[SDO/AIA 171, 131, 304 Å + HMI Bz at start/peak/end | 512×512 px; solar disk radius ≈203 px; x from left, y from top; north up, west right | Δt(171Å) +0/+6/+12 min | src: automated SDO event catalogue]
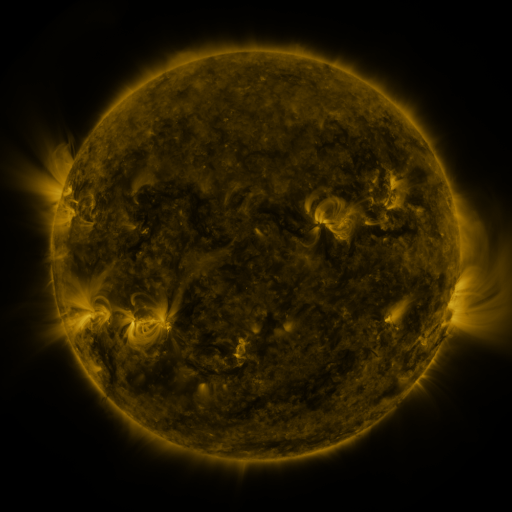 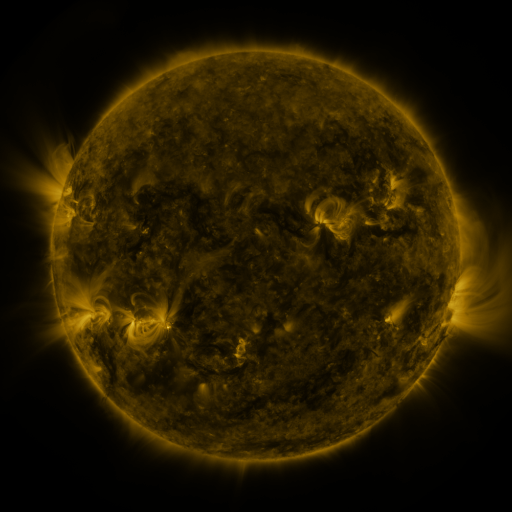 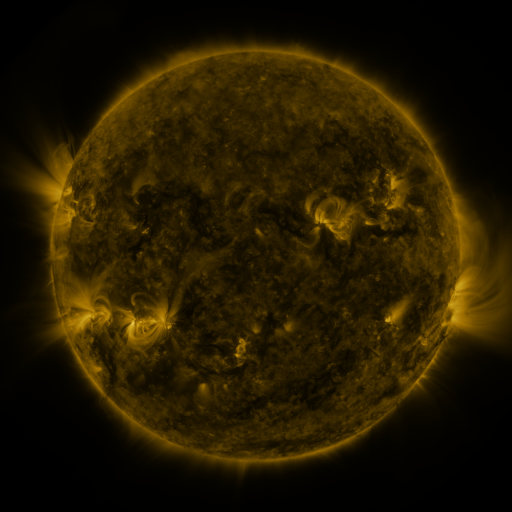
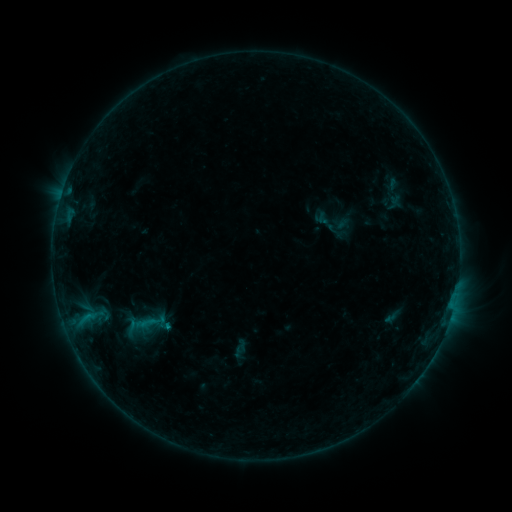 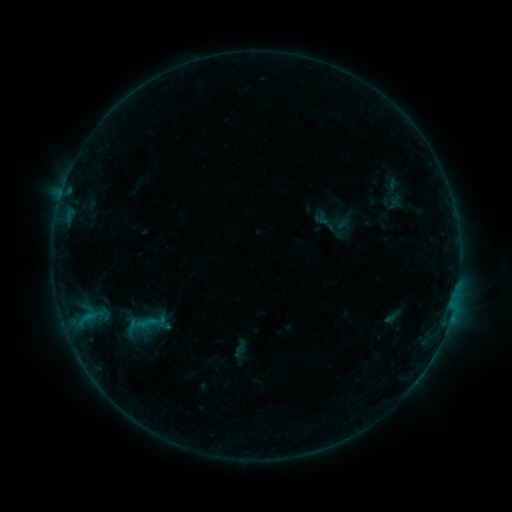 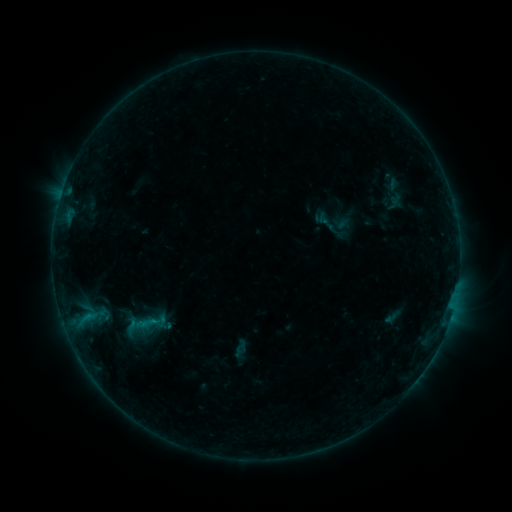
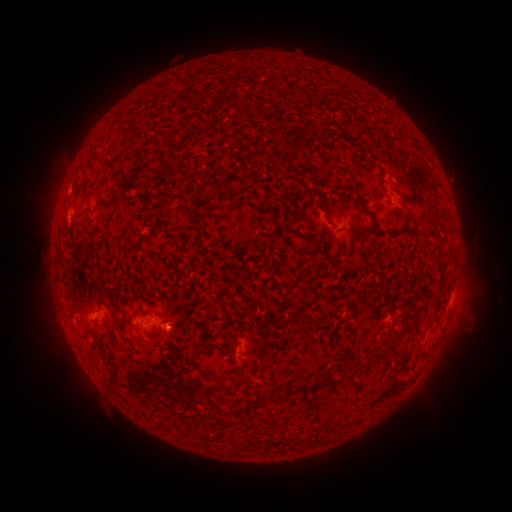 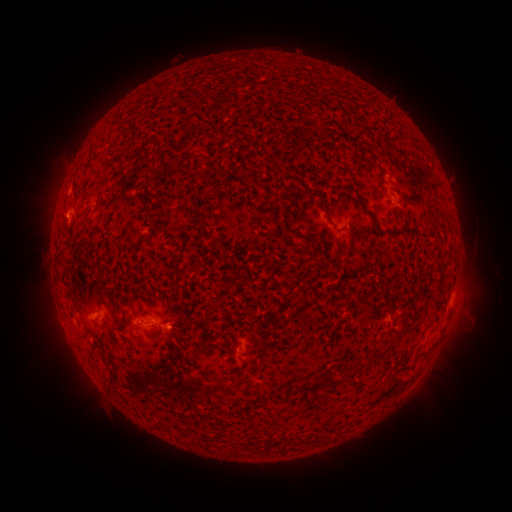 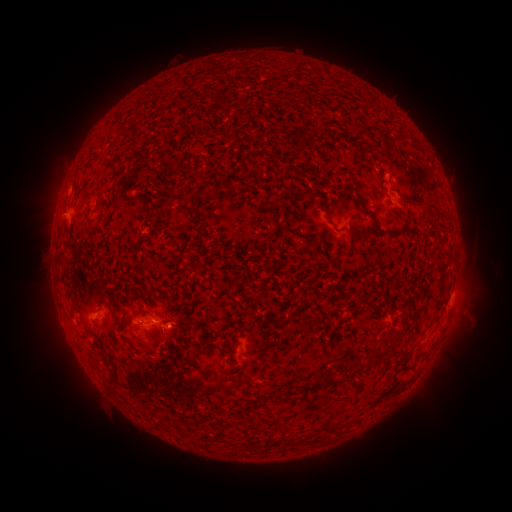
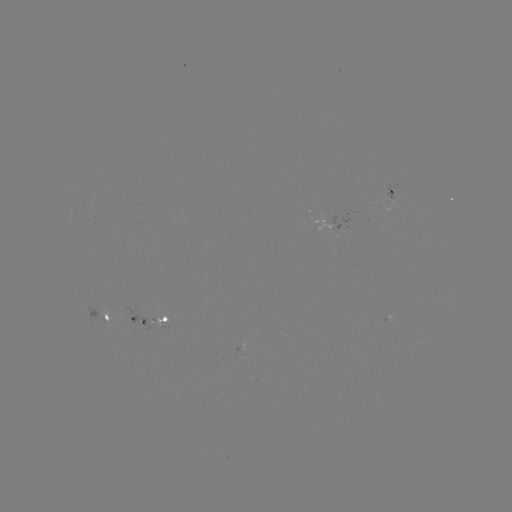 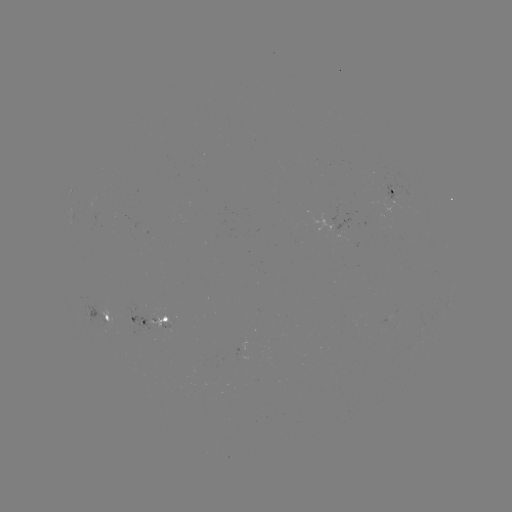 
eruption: [32, 194, 83, 243]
